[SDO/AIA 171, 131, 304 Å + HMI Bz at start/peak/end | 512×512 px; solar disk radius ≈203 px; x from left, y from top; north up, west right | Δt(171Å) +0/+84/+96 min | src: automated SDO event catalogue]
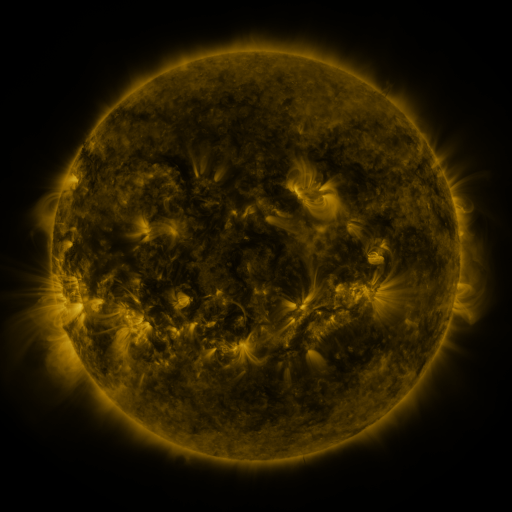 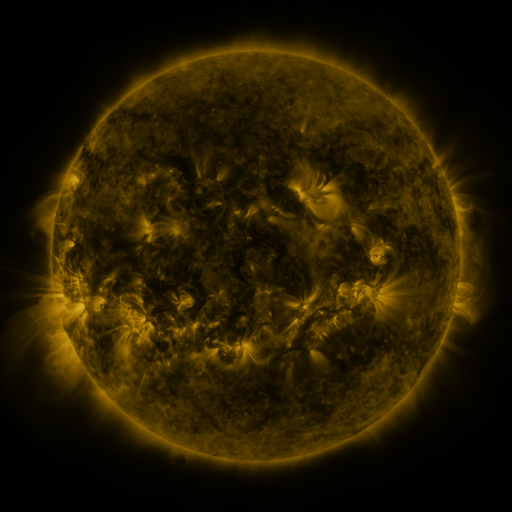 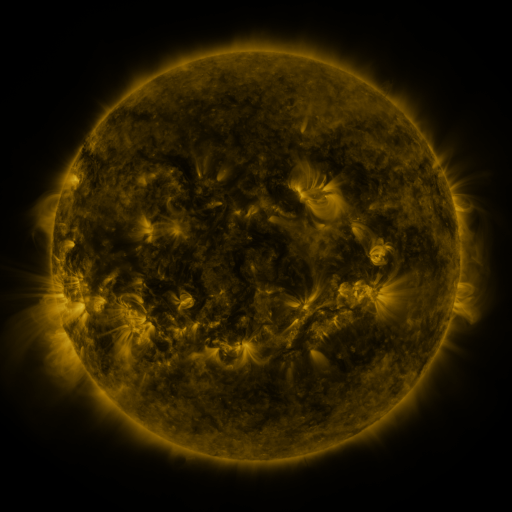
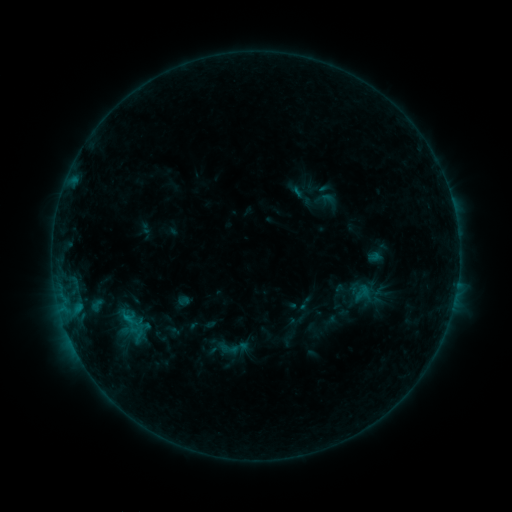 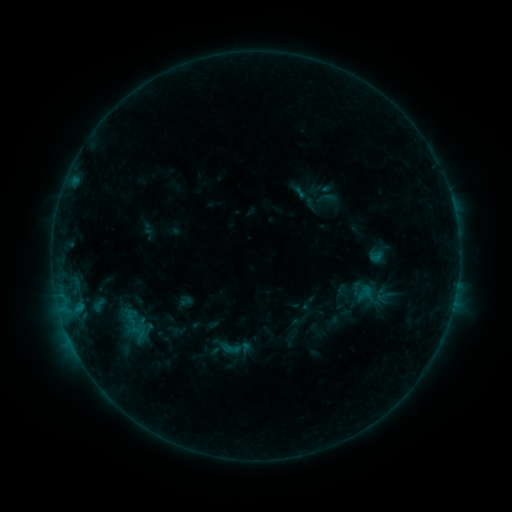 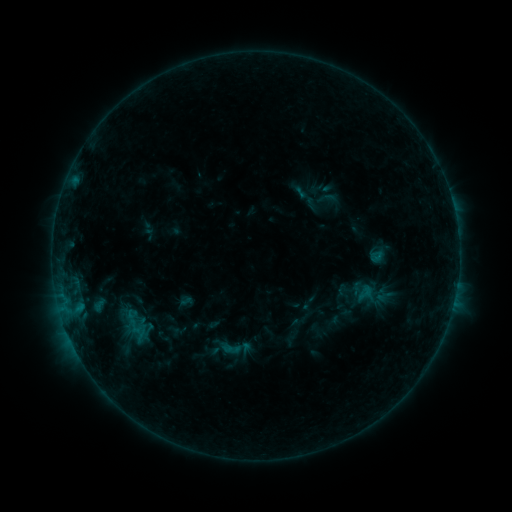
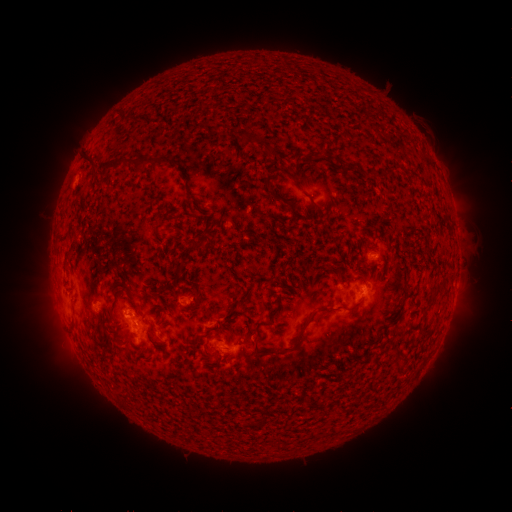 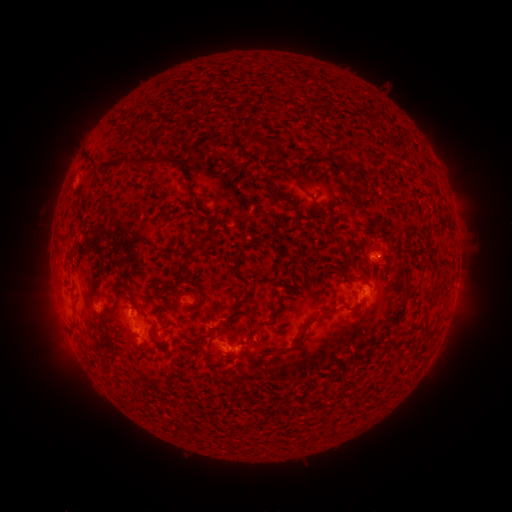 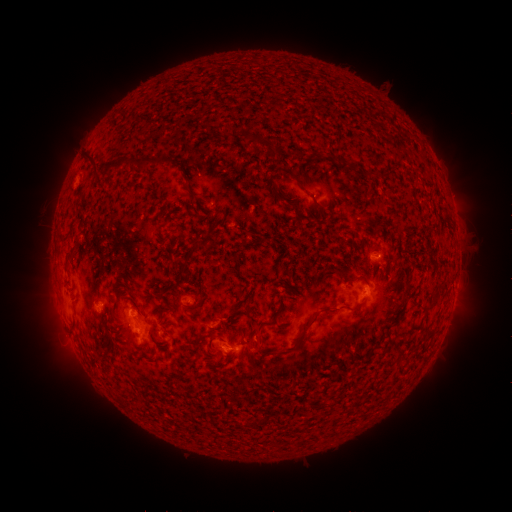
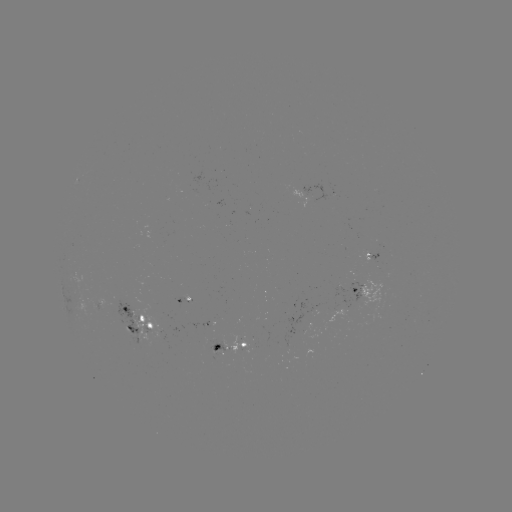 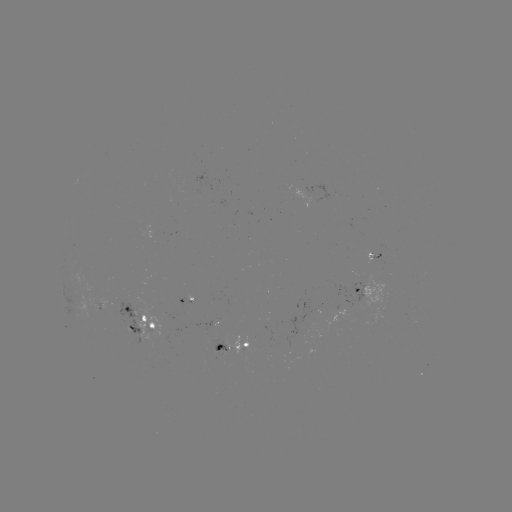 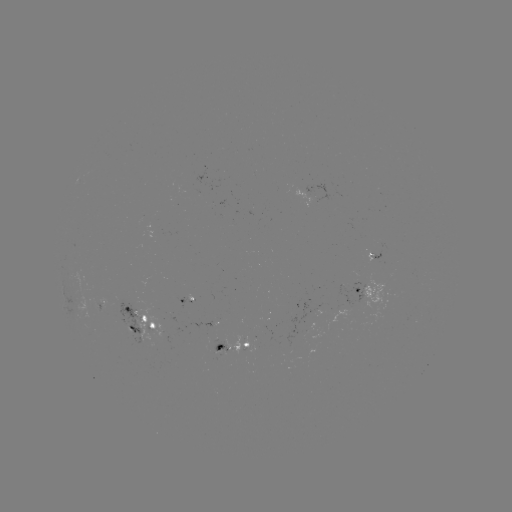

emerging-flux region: <bbox>366, 252, 380, 264</bbox>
